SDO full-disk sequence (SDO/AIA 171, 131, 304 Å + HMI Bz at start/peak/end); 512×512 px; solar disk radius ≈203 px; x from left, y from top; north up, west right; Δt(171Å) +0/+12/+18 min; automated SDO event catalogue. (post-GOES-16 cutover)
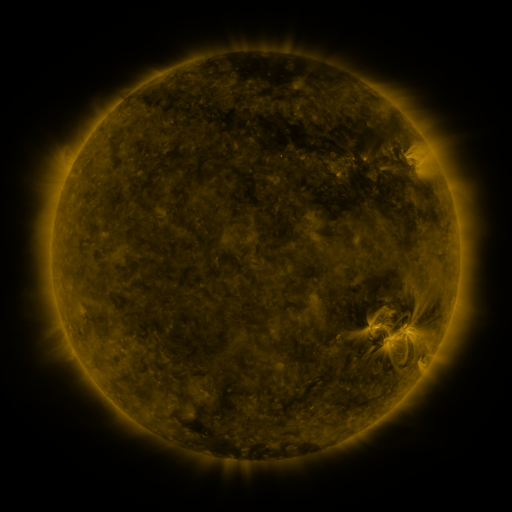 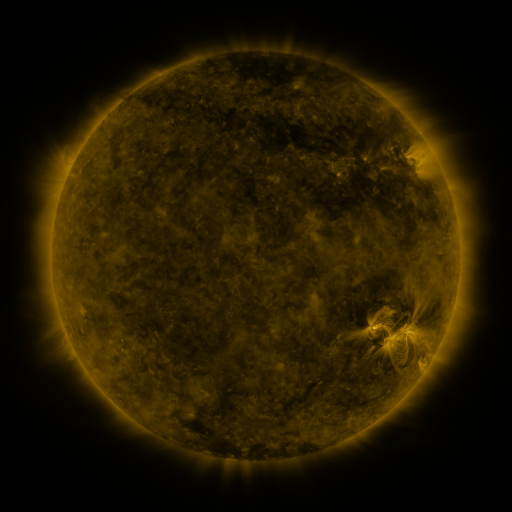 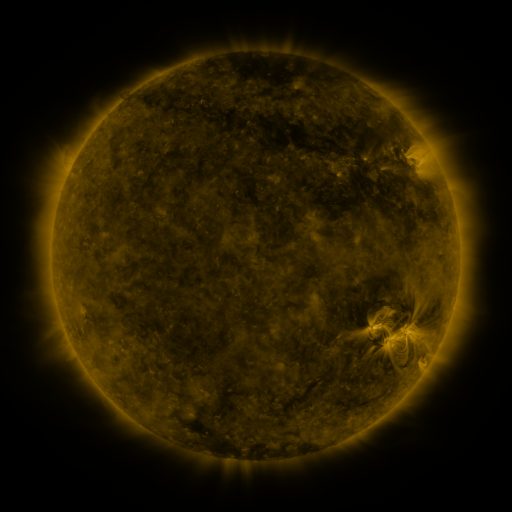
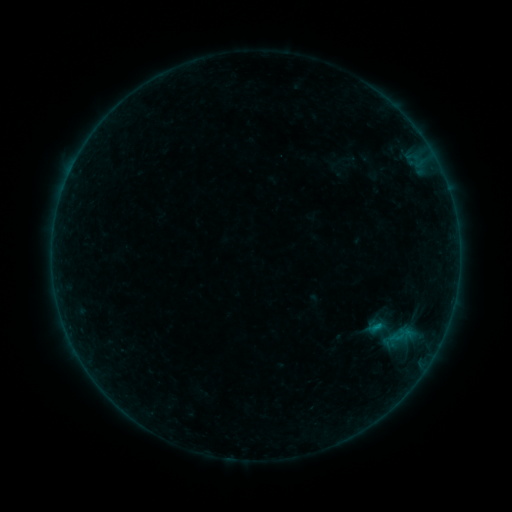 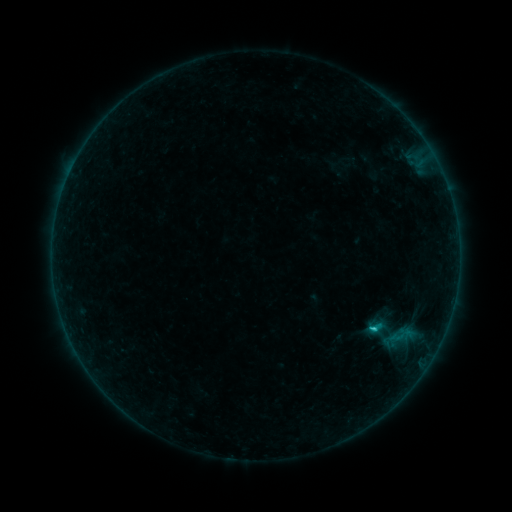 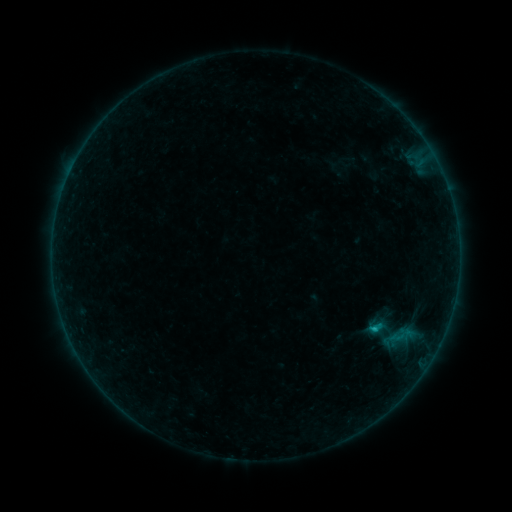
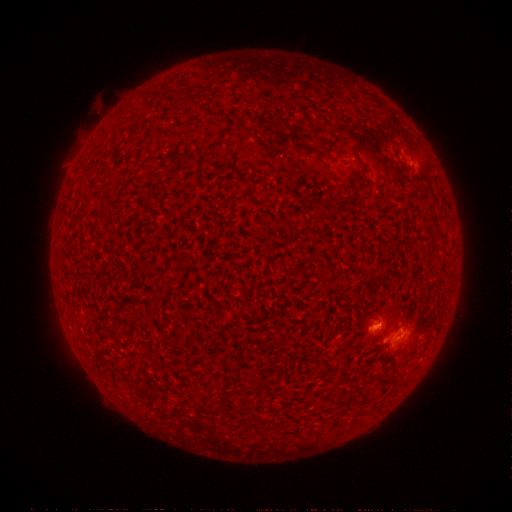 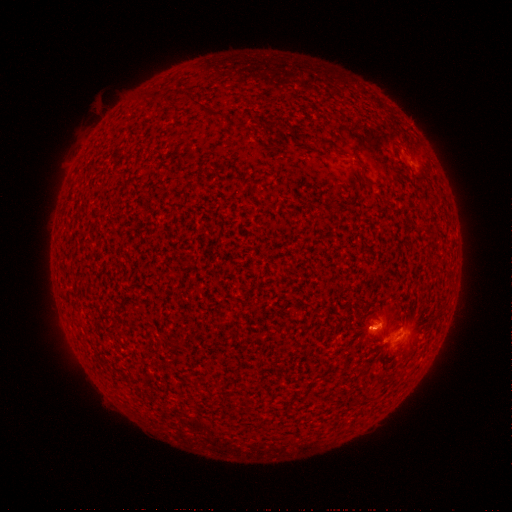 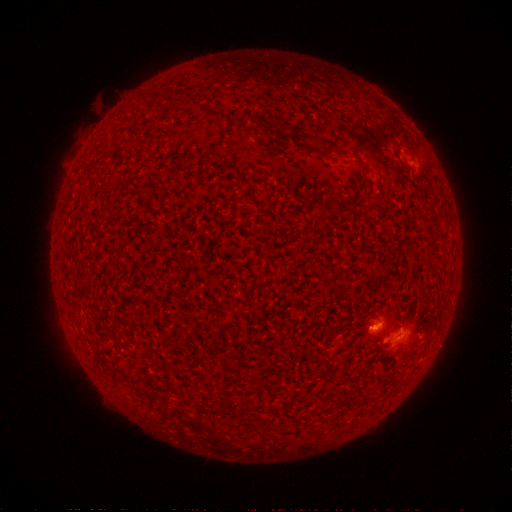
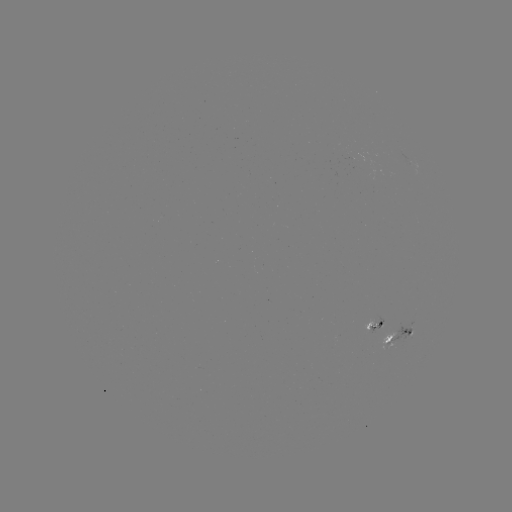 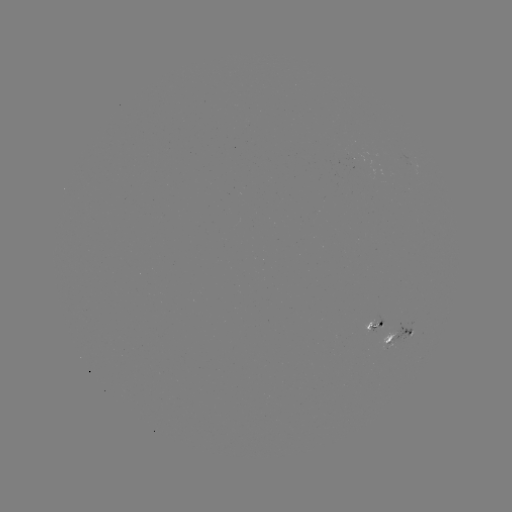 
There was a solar flare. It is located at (373, 327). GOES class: B9.6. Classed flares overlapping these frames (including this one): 1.